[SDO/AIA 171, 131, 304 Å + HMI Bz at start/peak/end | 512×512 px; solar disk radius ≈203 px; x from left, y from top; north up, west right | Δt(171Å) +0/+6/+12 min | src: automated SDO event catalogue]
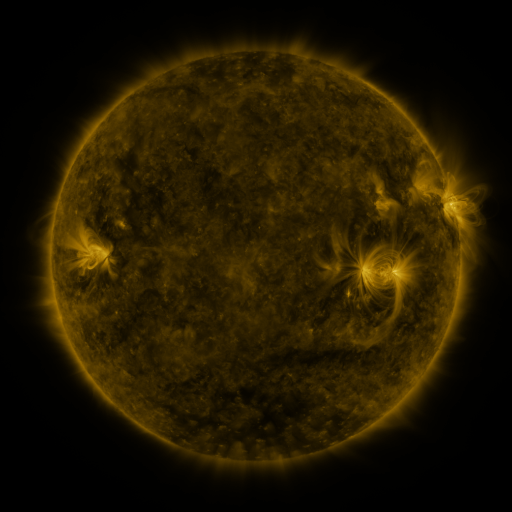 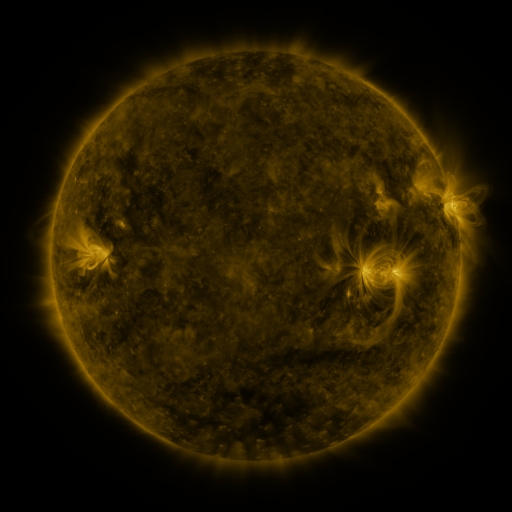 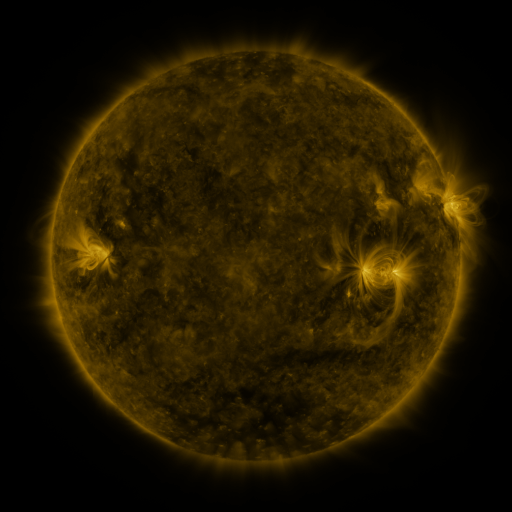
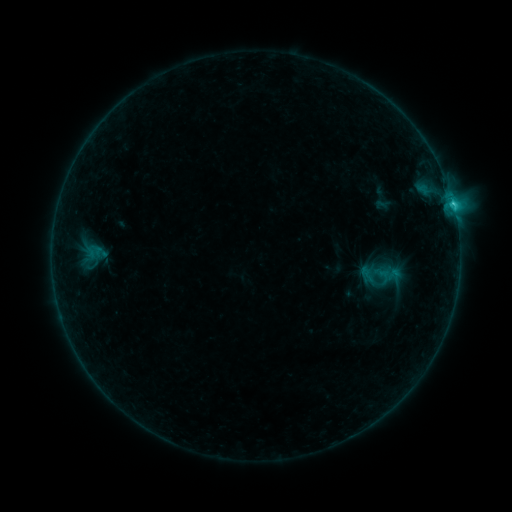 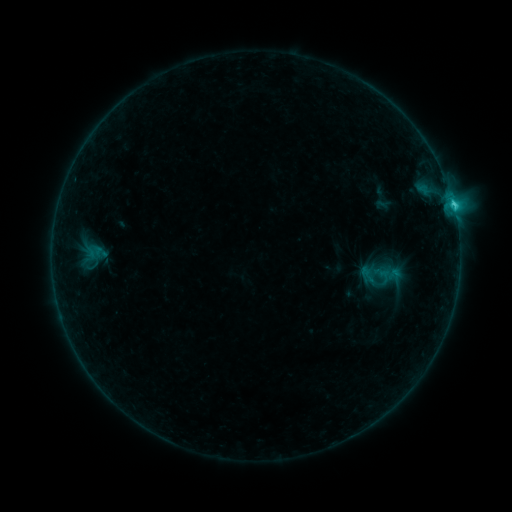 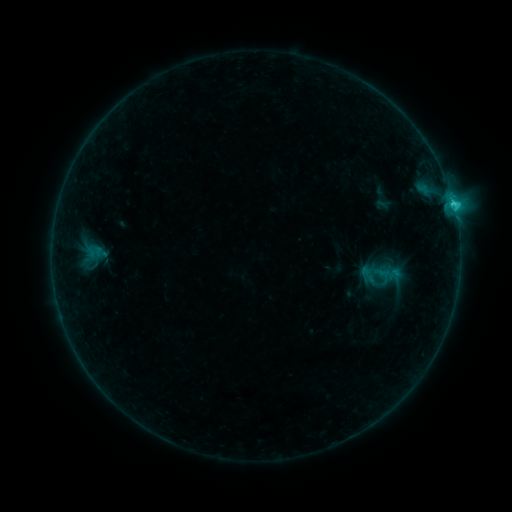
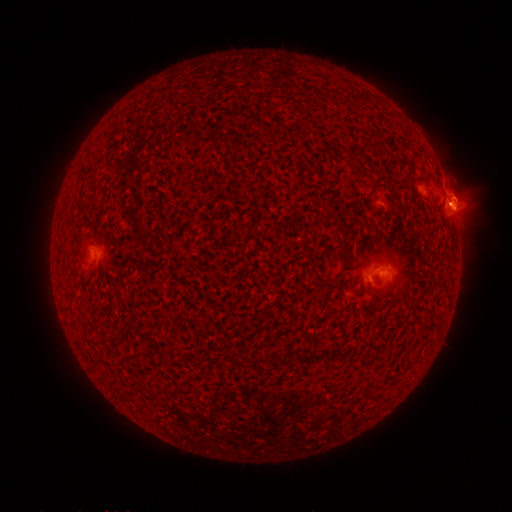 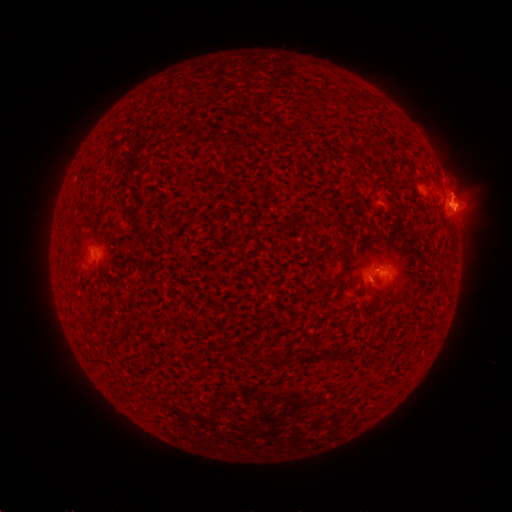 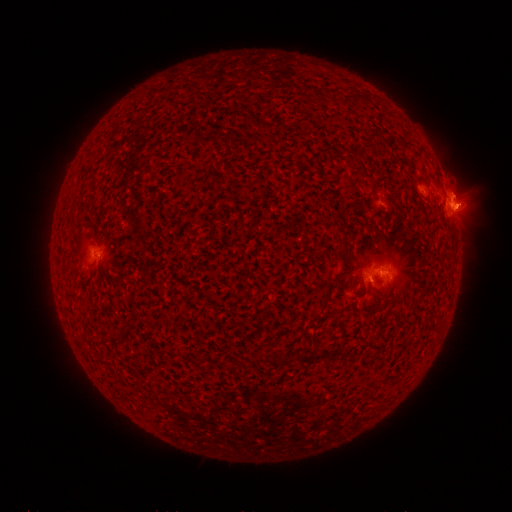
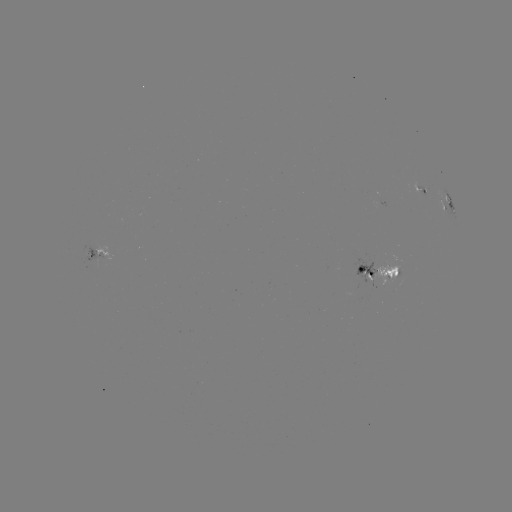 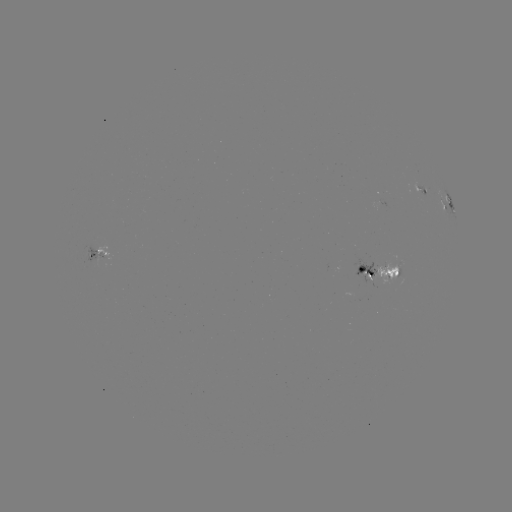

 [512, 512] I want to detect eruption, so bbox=[441, 179, 490, 231].